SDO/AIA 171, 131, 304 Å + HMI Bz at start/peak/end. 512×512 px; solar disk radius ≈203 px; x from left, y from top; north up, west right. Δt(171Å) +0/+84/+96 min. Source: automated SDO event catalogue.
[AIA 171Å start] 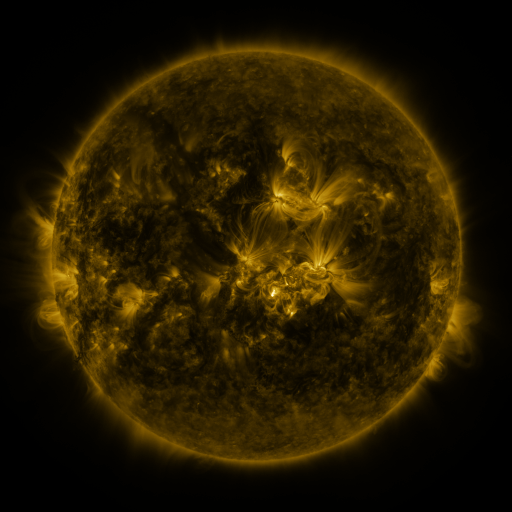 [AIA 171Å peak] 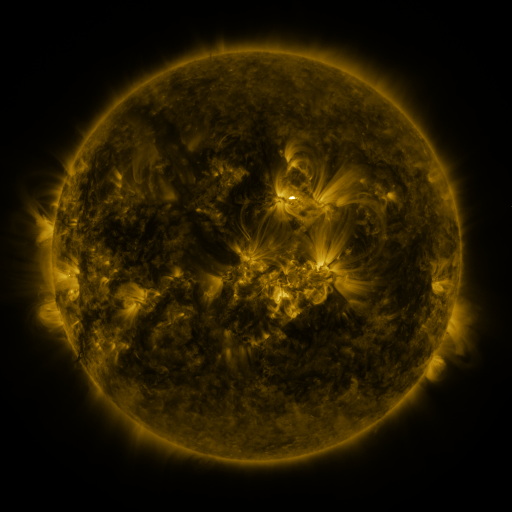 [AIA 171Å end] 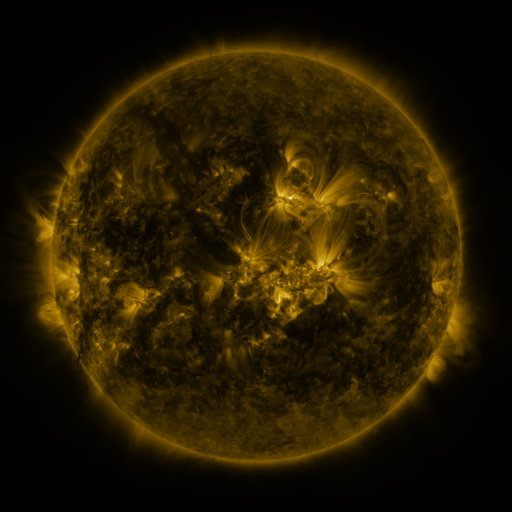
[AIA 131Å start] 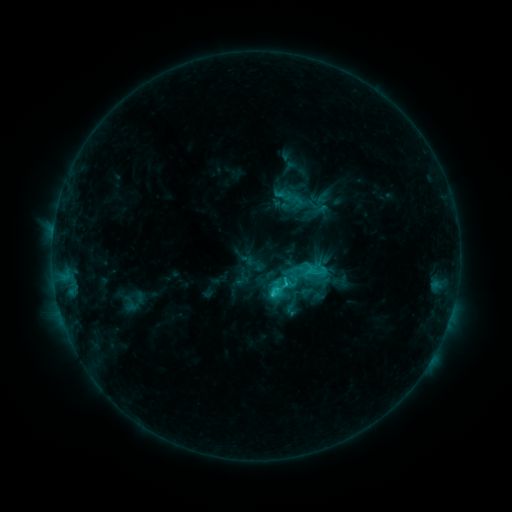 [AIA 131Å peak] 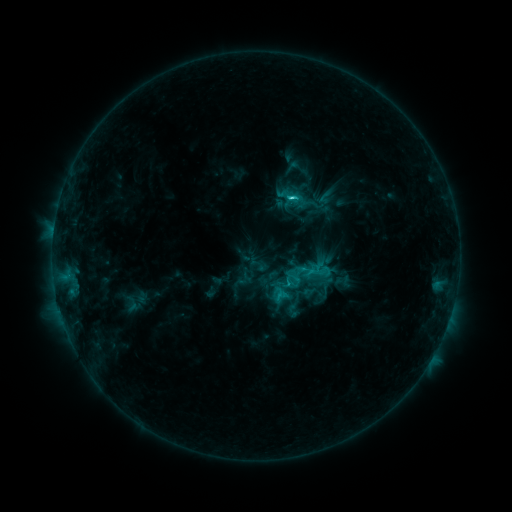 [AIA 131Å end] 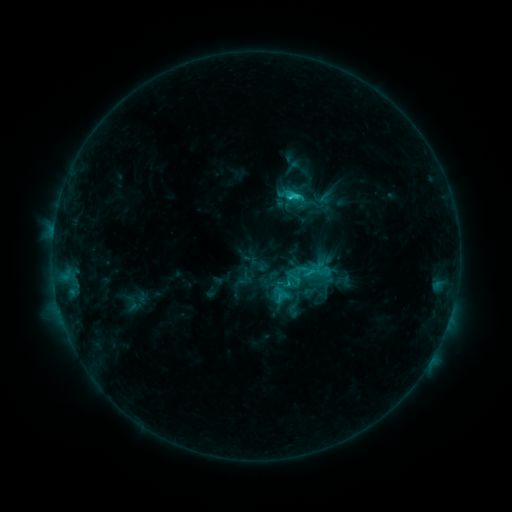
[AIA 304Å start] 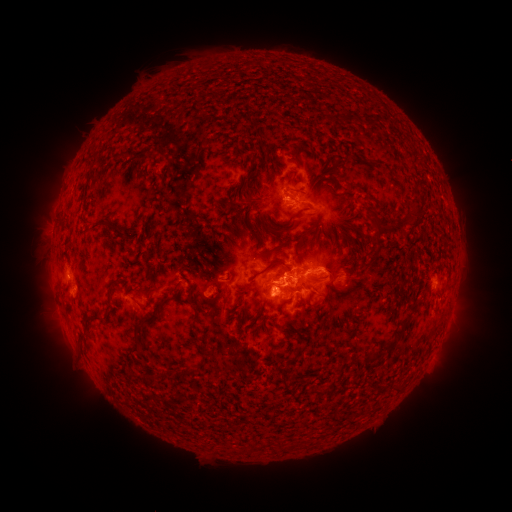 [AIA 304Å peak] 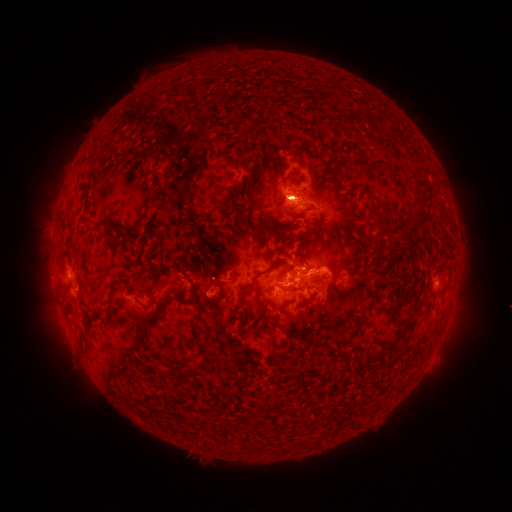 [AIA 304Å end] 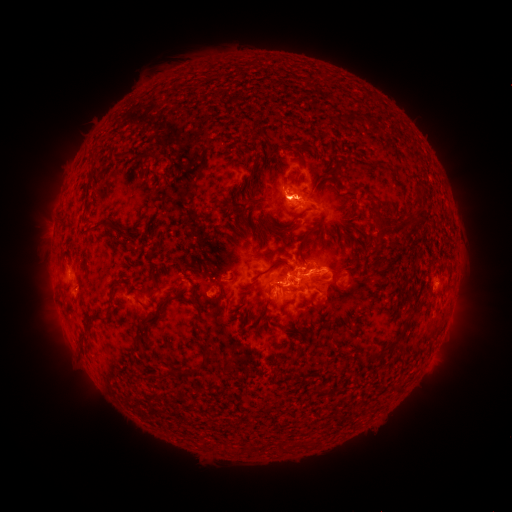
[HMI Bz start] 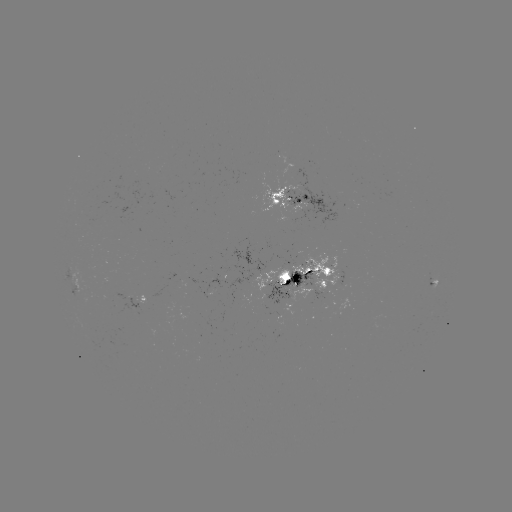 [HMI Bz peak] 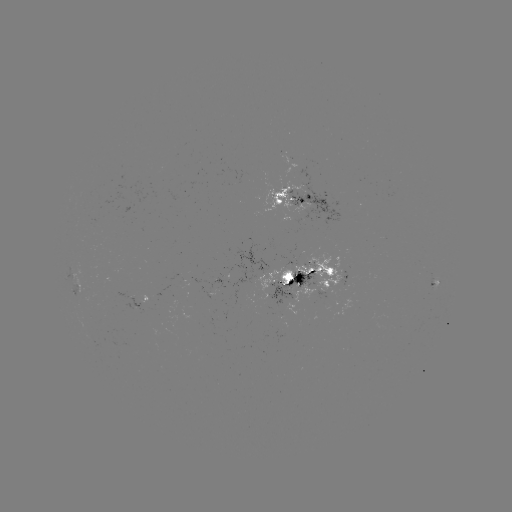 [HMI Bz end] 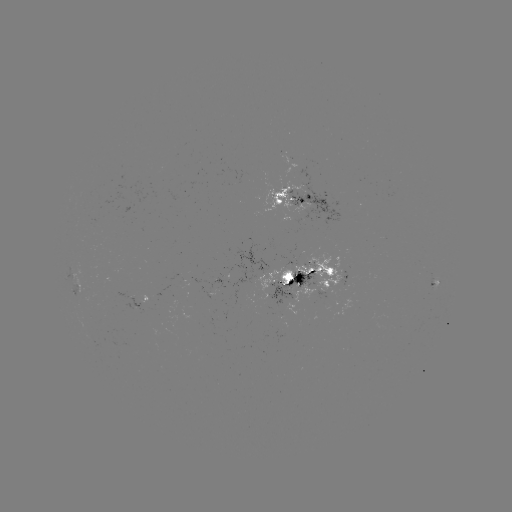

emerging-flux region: [284, 286, 314, 316]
